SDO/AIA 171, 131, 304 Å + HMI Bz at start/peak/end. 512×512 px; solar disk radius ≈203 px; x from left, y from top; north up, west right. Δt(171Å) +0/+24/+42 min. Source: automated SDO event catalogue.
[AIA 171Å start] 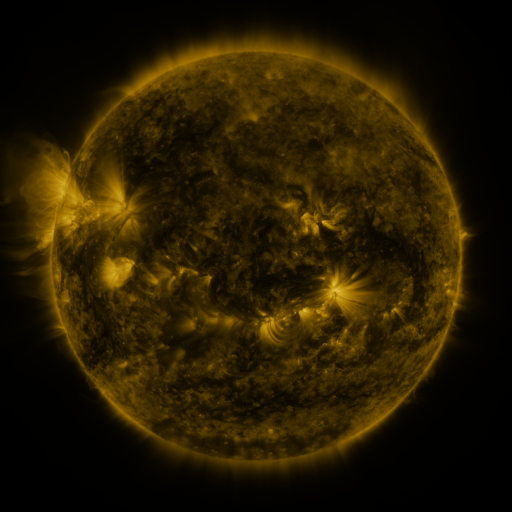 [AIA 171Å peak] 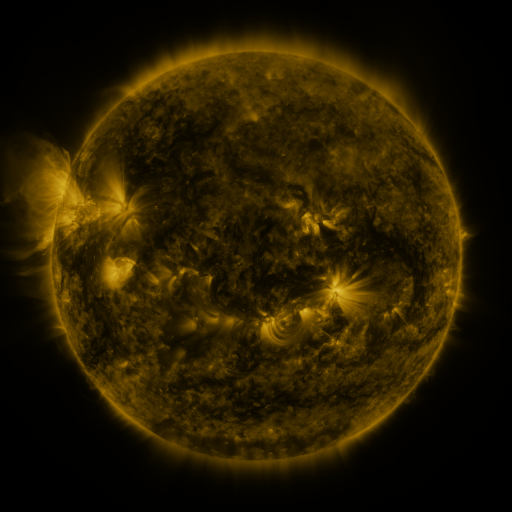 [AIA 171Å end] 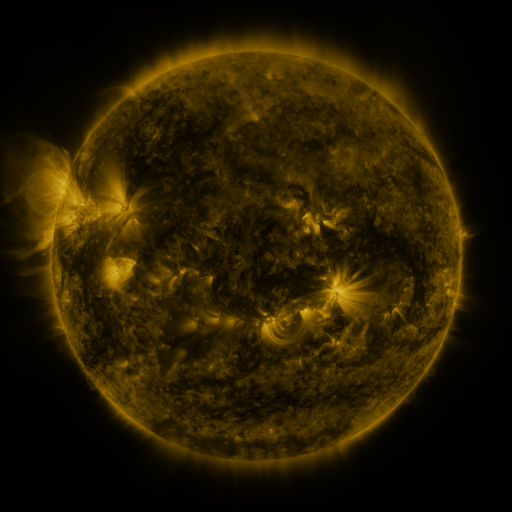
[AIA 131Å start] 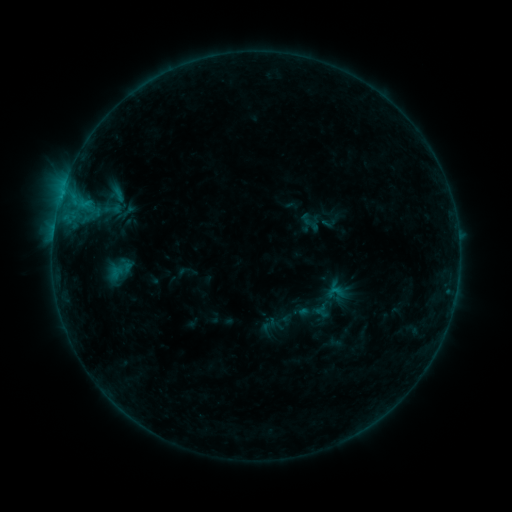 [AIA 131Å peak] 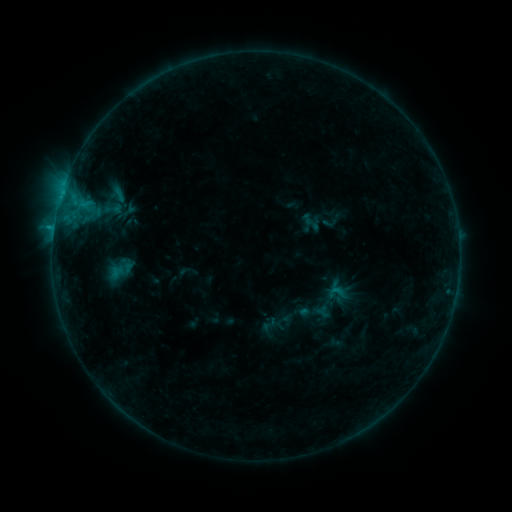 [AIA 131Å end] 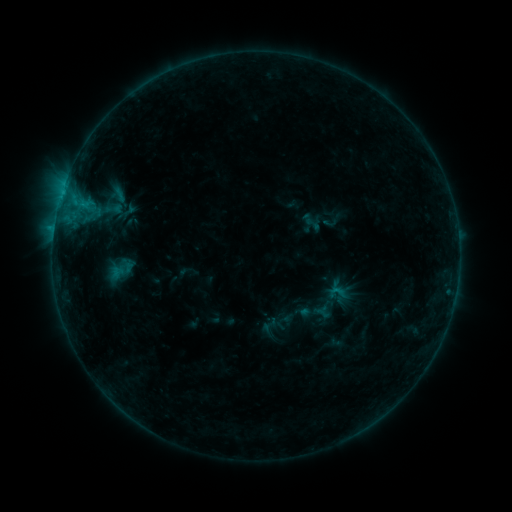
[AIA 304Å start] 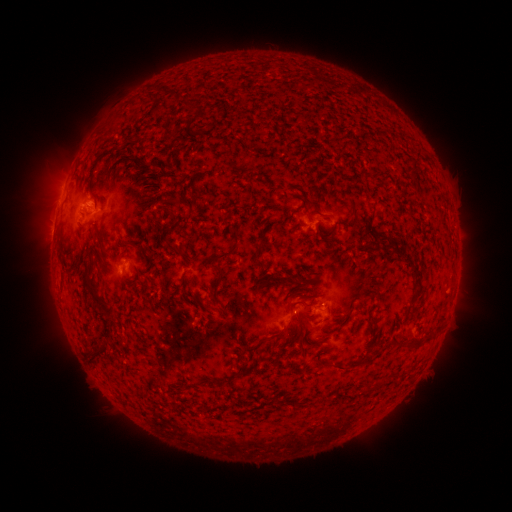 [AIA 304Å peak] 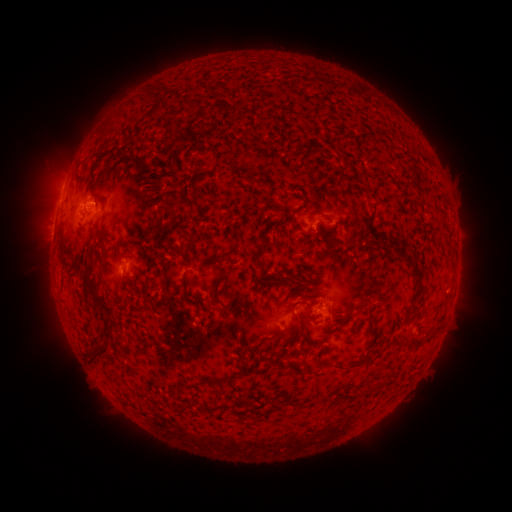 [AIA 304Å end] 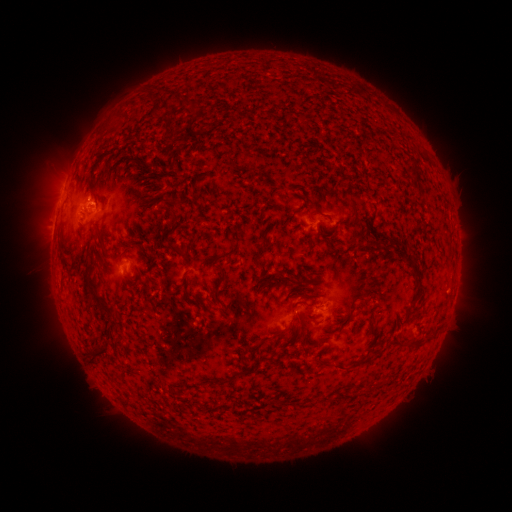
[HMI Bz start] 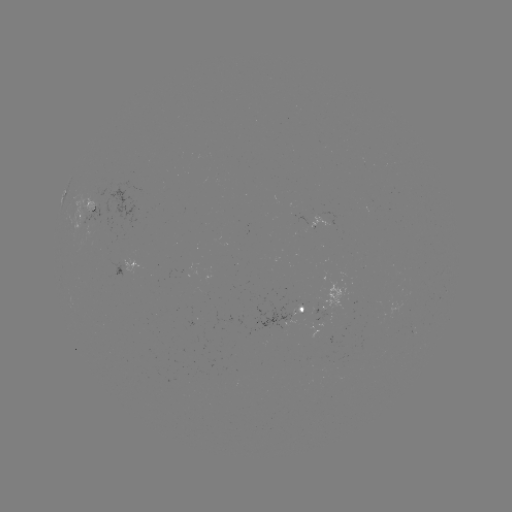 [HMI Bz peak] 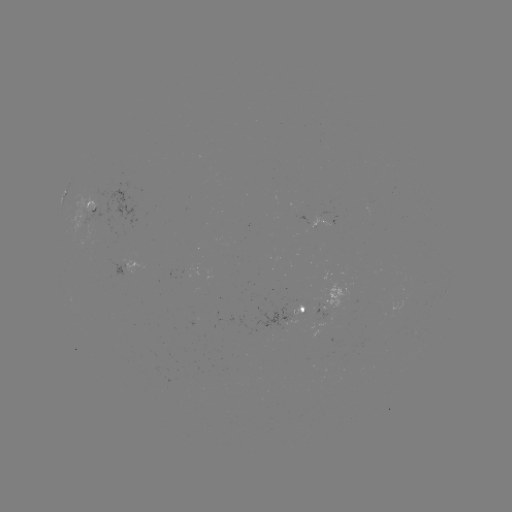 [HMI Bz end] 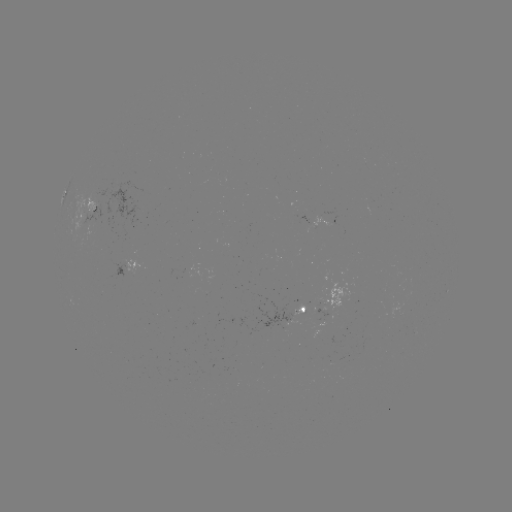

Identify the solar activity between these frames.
no flare in any classed list; no EUV-trigger detection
